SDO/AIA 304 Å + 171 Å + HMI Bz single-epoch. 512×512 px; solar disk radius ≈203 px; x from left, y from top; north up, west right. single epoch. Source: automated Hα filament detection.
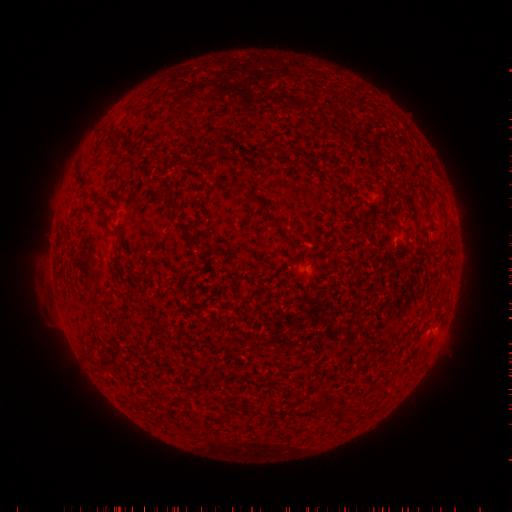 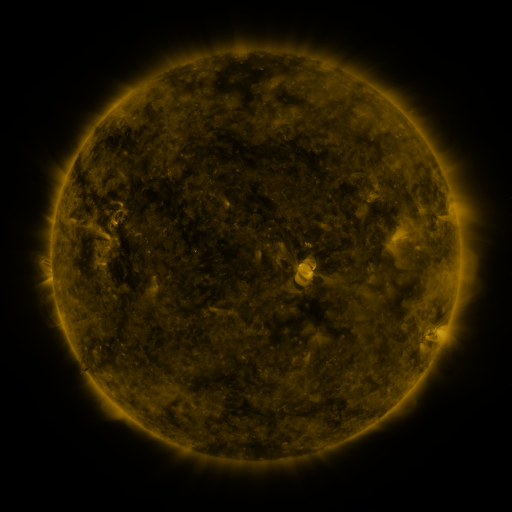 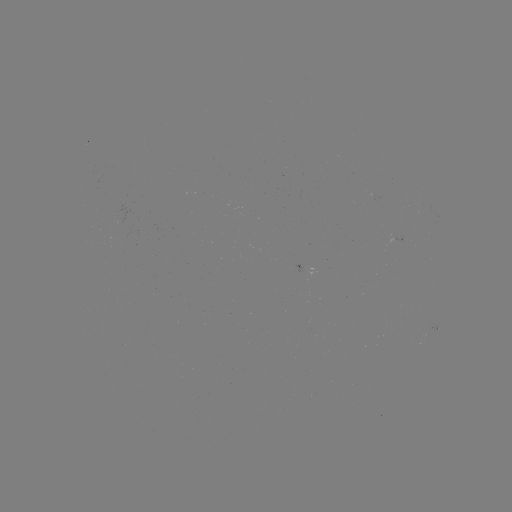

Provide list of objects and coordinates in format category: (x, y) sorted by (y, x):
filament: (340, 196)
filament: (175, 204)
filament: (271, 219)
filament: (189, 232)
filament: (120, 251)
filament: (217, 251)
filament: (329, 409)
filament: (337, 416)
